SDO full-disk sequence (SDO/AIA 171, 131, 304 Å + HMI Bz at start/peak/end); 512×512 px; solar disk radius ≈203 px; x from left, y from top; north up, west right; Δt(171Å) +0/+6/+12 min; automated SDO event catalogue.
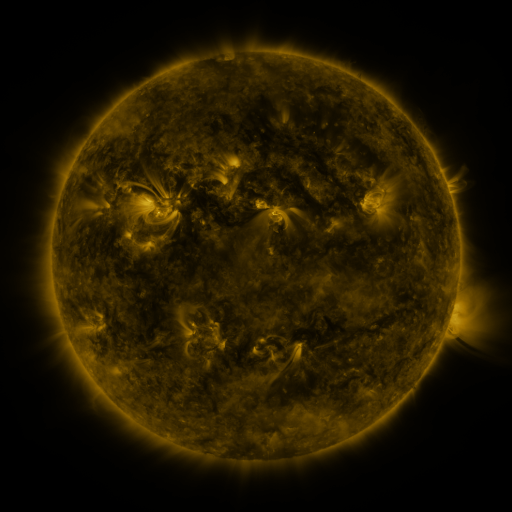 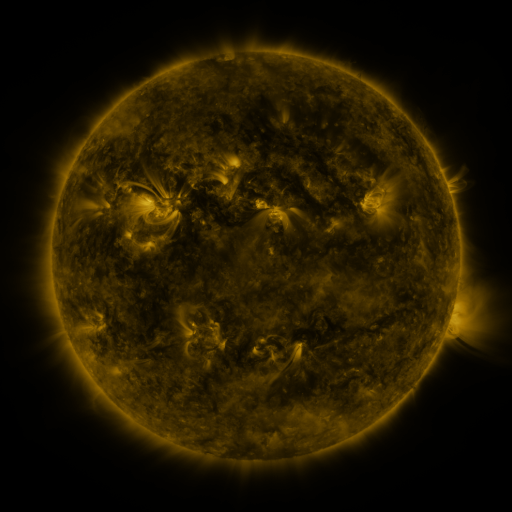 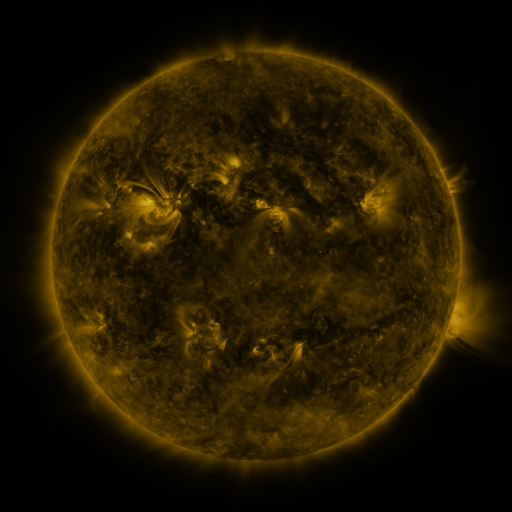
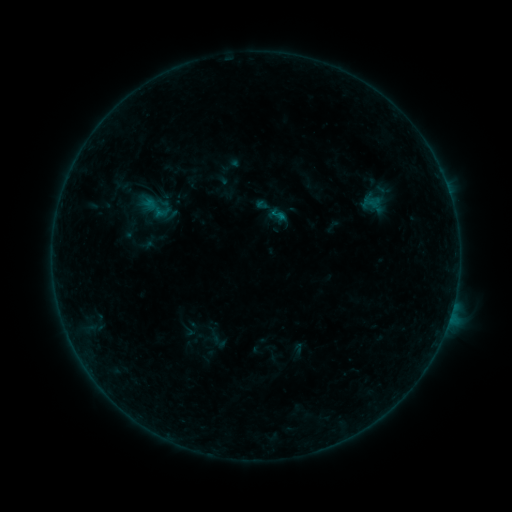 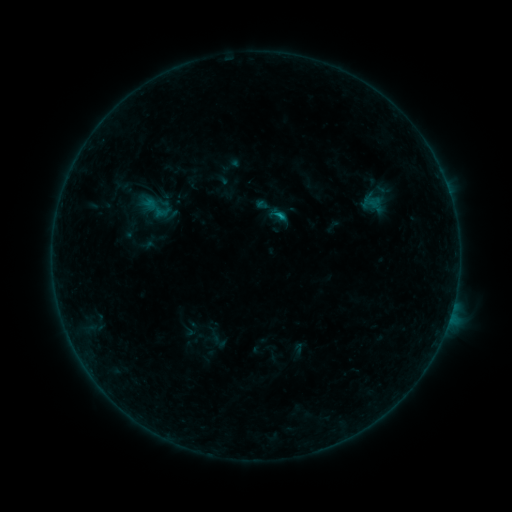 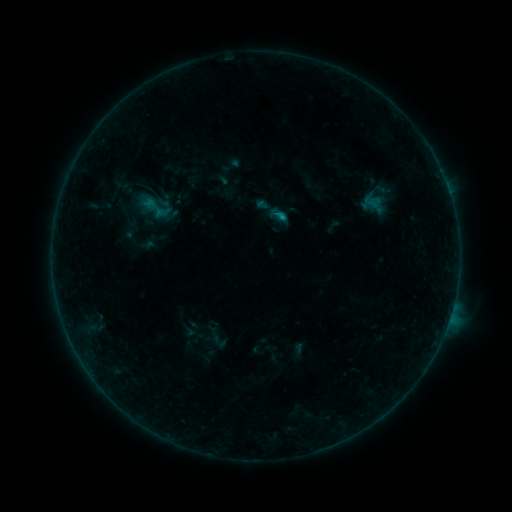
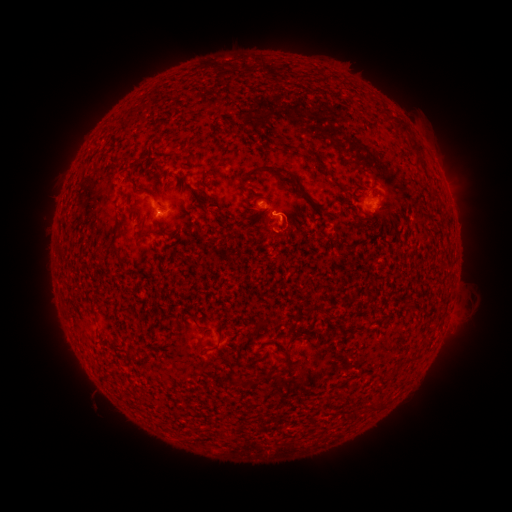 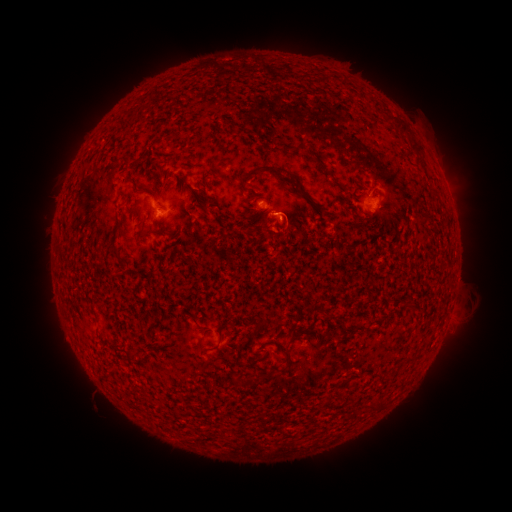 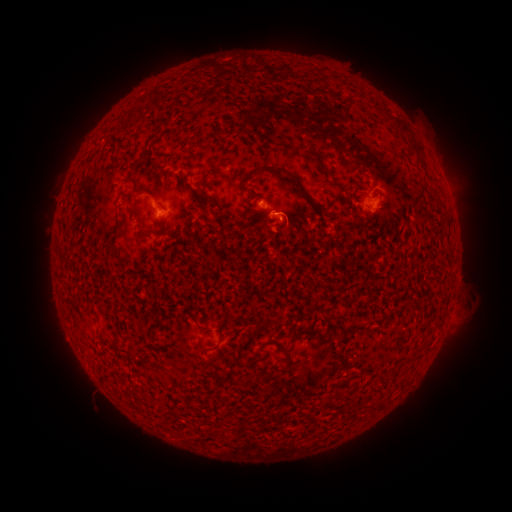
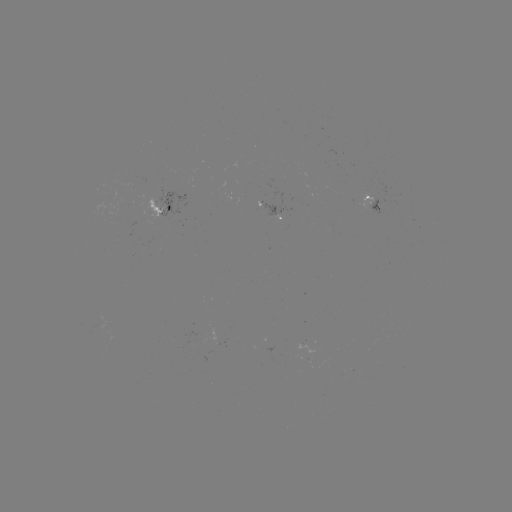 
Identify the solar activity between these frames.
B4.1 flare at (276, 216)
